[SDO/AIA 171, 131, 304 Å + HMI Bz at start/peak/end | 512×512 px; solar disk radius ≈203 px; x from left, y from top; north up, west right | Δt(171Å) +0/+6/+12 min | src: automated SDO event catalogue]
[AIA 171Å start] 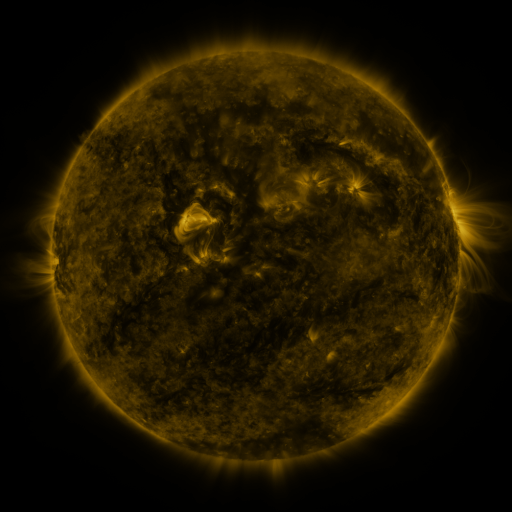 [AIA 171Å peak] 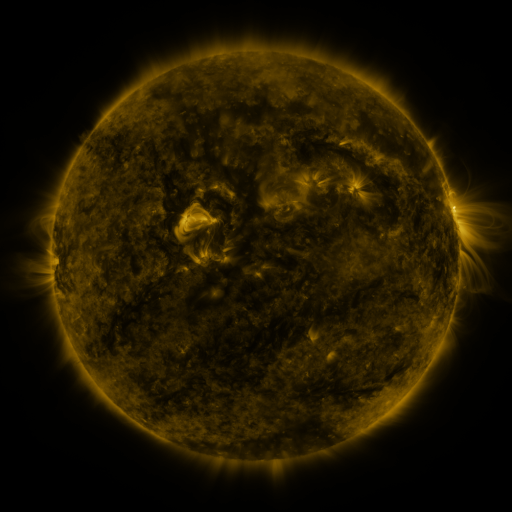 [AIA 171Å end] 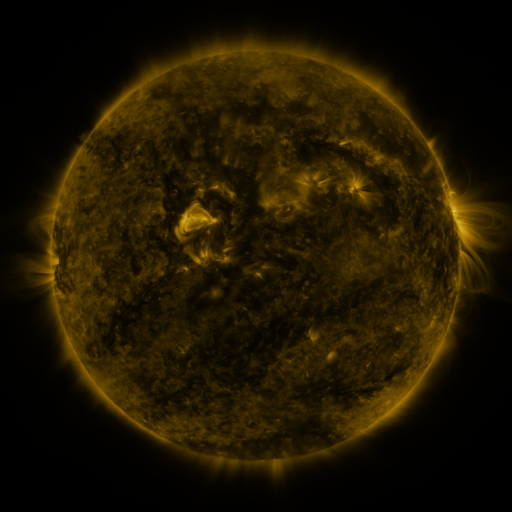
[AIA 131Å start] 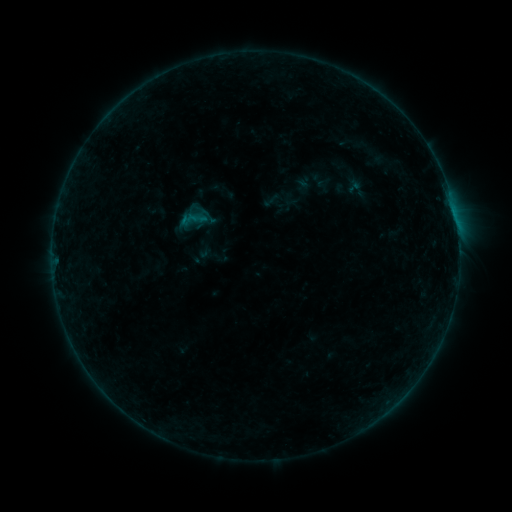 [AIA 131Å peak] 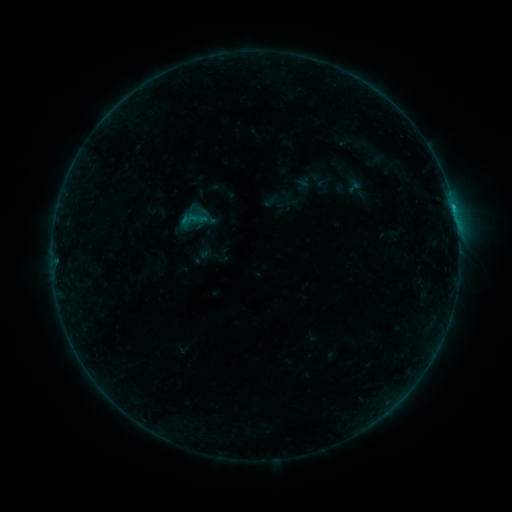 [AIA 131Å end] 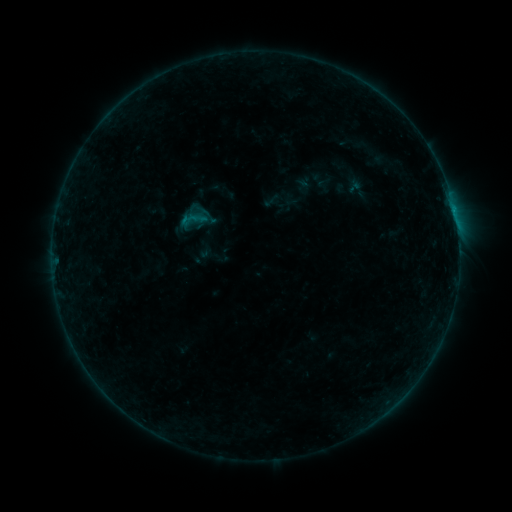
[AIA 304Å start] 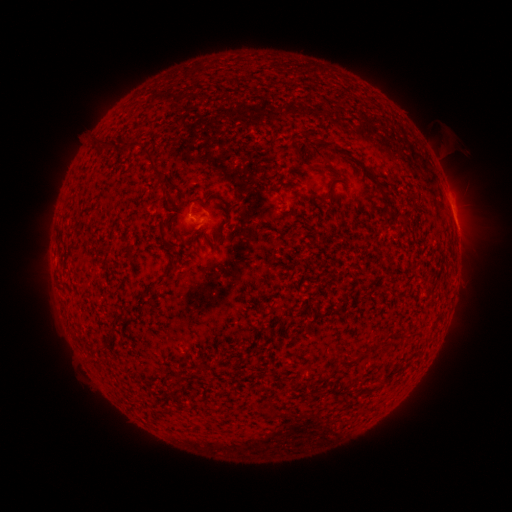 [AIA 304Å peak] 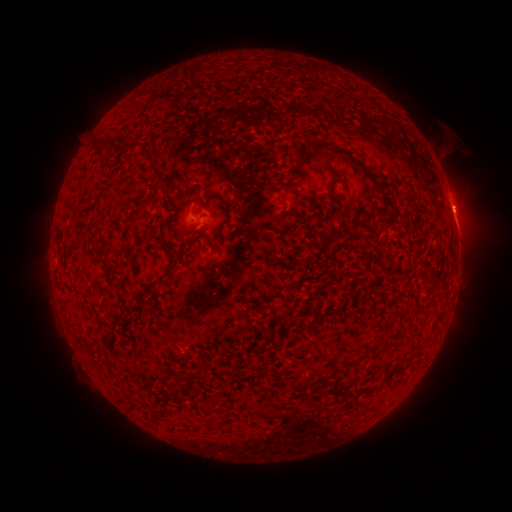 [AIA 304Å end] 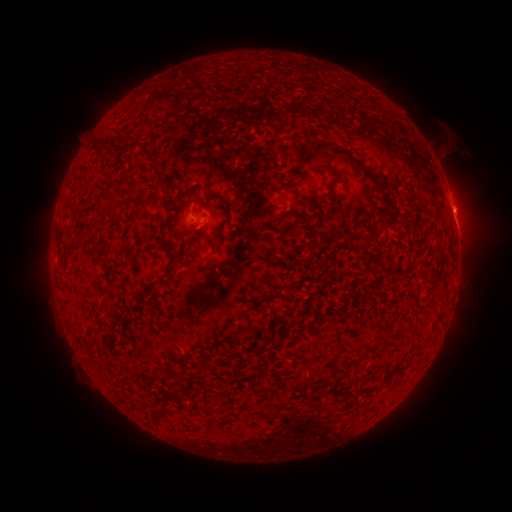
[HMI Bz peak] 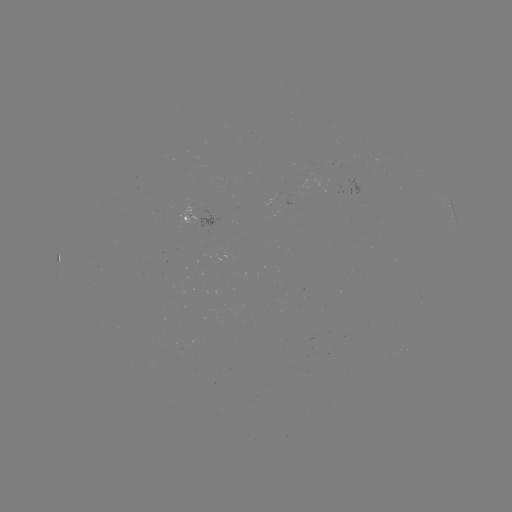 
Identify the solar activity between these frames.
B3.2 flare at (453, 209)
